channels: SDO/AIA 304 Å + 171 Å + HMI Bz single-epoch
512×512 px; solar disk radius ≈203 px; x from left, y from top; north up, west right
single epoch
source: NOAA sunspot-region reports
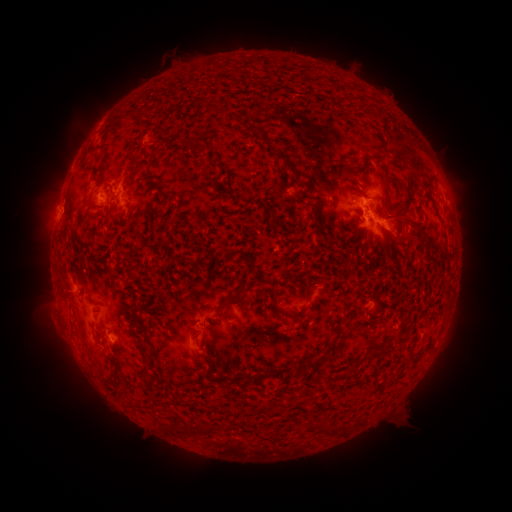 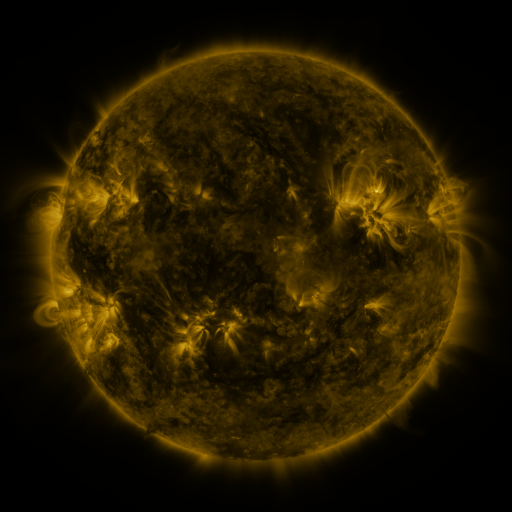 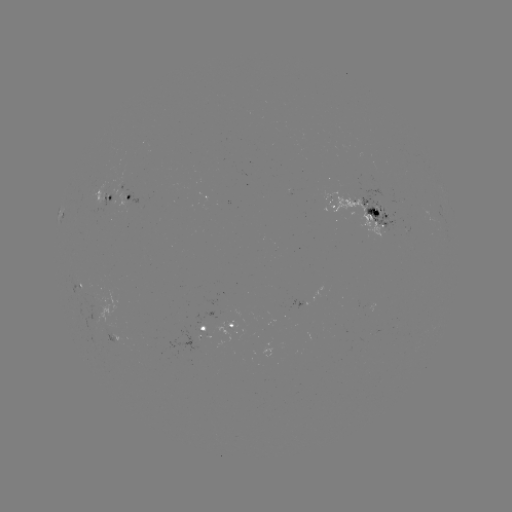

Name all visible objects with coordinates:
spotted active region: (129, 196)
spotted active region: (102, 200)
spotted active region: (365, 216)
spotted active region: (62, 218)
spotted active region: (80, 286)
spotted active region: (233, 326)
spotted active region: (204, 330)
spotted active region: (114, 342)
